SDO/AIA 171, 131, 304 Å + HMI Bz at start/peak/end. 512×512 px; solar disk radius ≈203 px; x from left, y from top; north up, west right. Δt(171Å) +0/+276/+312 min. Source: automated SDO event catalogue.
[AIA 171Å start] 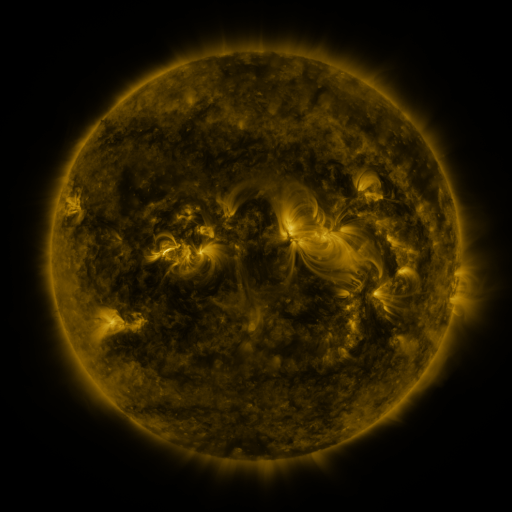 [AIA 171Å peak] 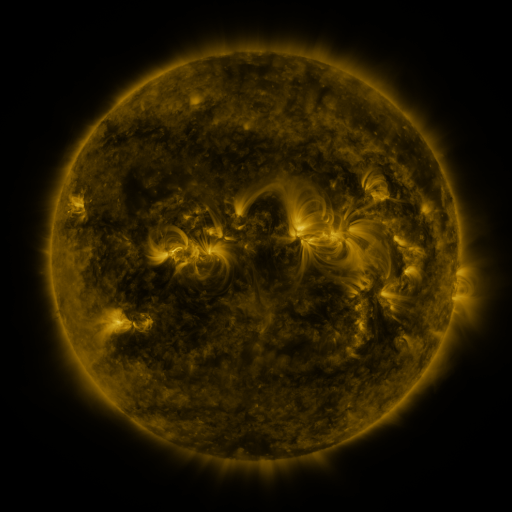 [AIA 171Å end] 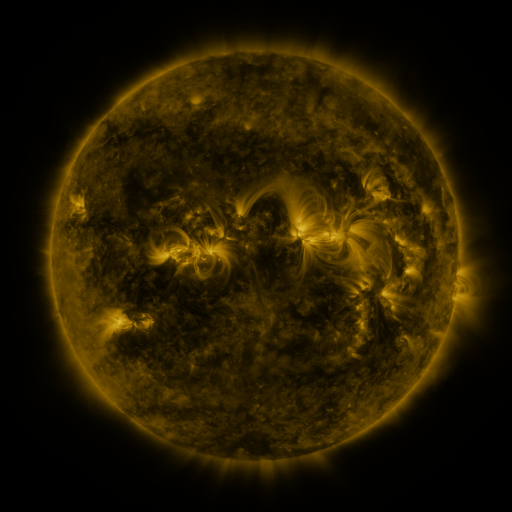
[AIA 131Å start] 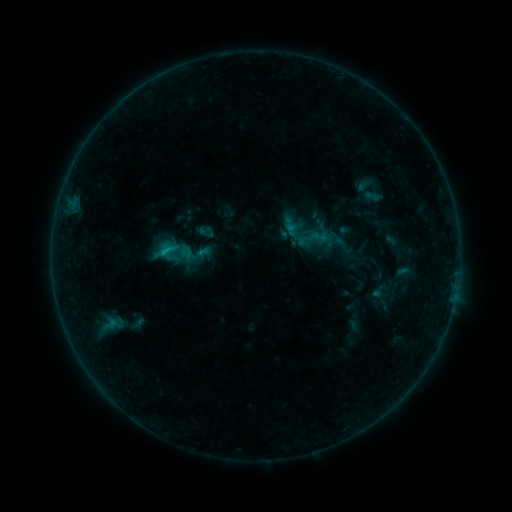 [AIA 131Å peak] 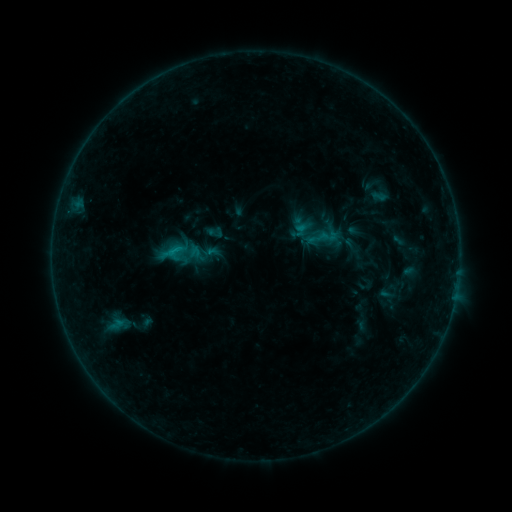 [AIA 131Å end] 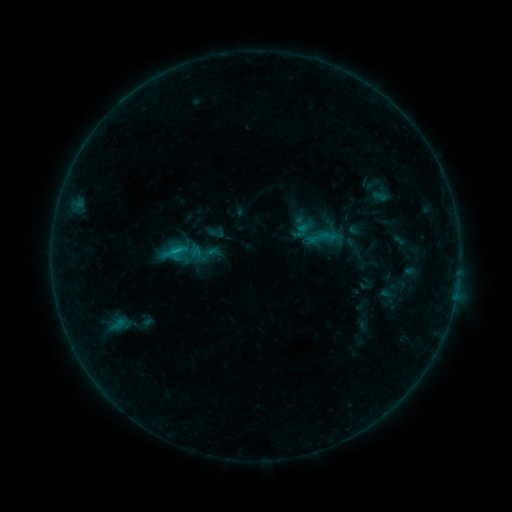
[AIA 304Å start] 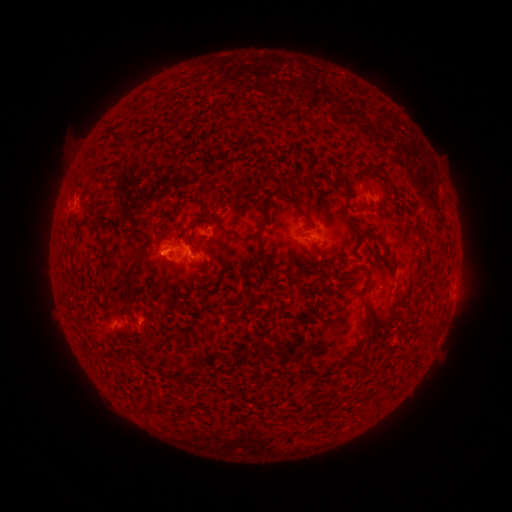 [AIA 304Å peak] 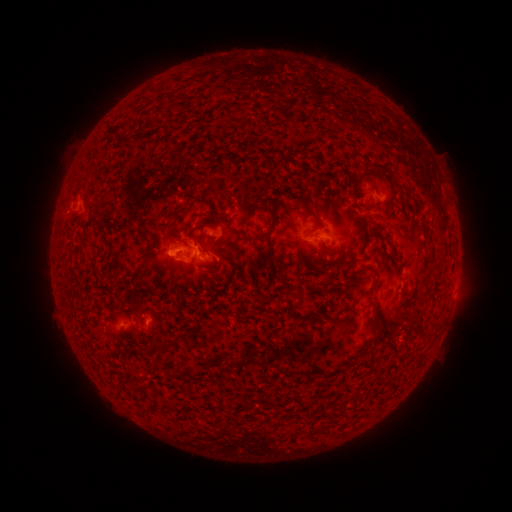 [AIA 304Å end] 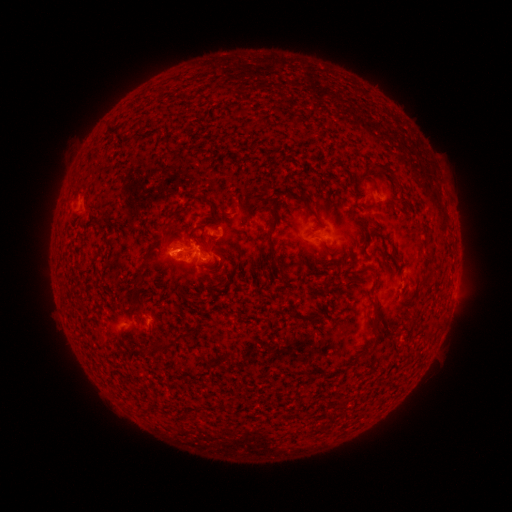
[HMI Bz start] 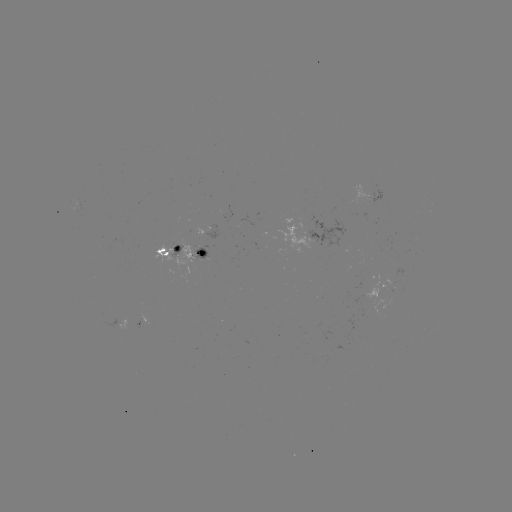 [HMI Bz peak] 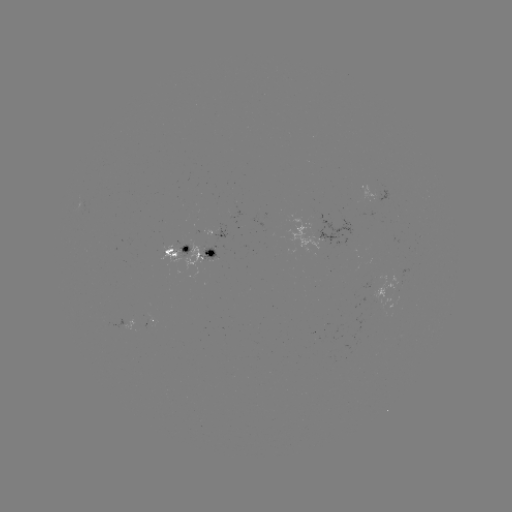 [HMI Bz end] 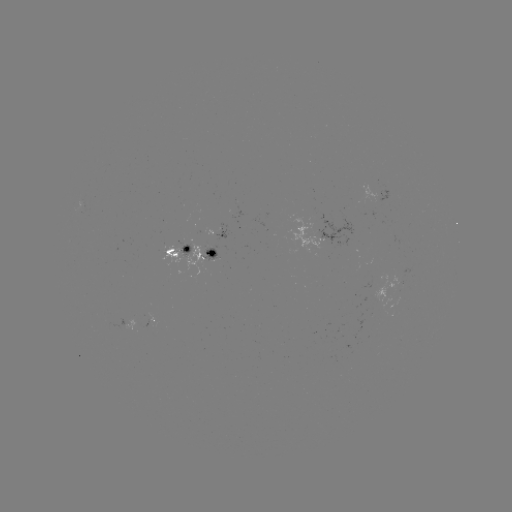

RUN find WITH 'emerging-flux region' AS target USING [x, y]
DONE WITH [324, 231] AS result